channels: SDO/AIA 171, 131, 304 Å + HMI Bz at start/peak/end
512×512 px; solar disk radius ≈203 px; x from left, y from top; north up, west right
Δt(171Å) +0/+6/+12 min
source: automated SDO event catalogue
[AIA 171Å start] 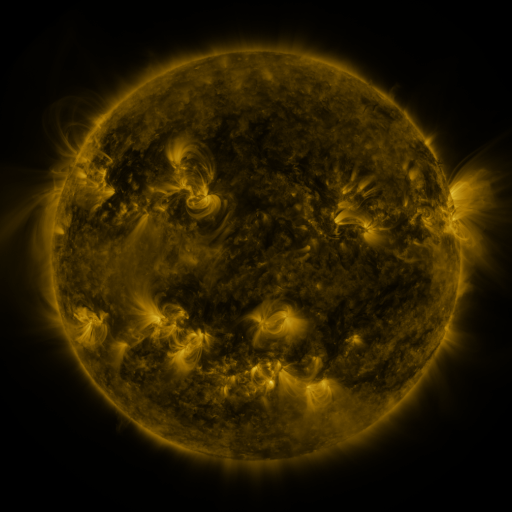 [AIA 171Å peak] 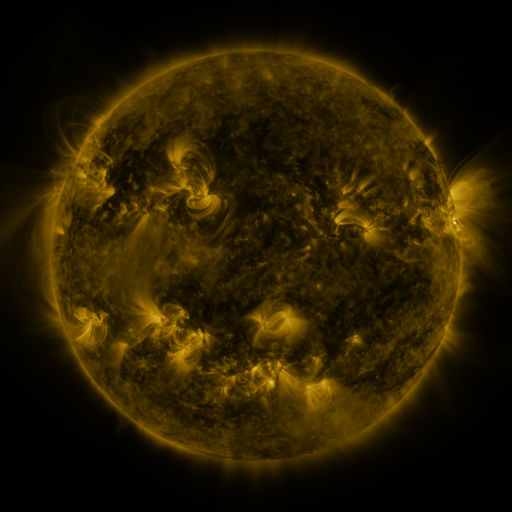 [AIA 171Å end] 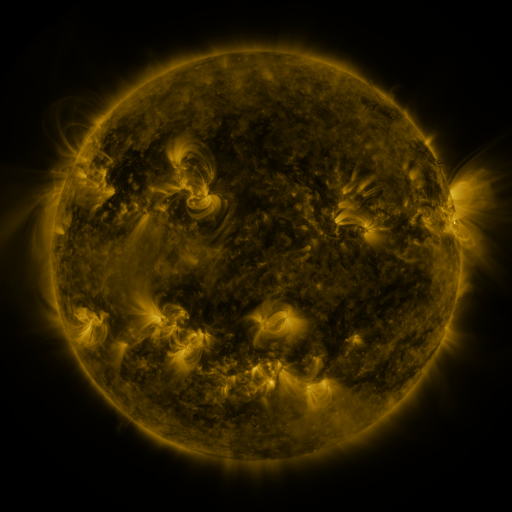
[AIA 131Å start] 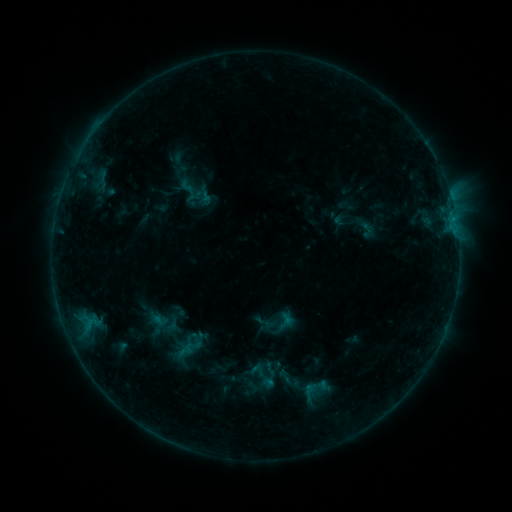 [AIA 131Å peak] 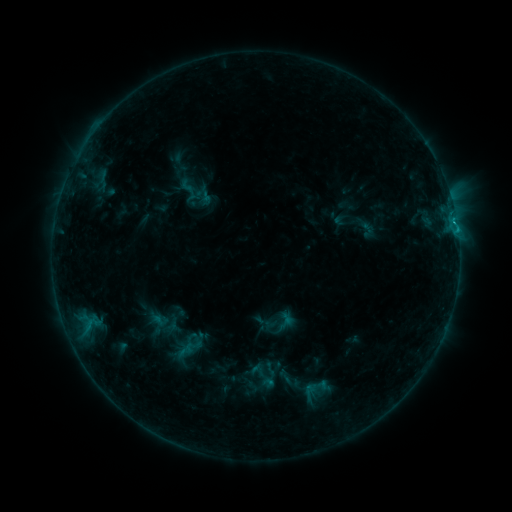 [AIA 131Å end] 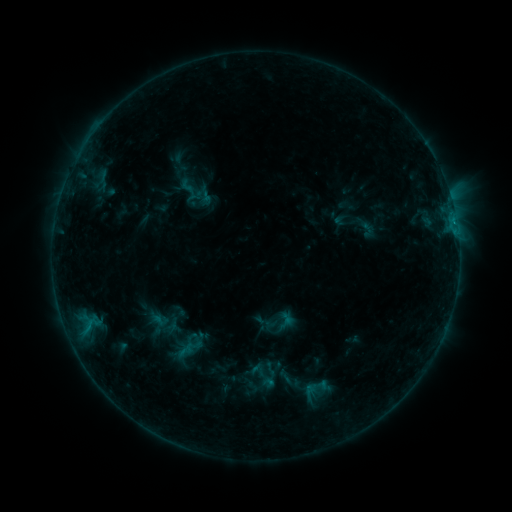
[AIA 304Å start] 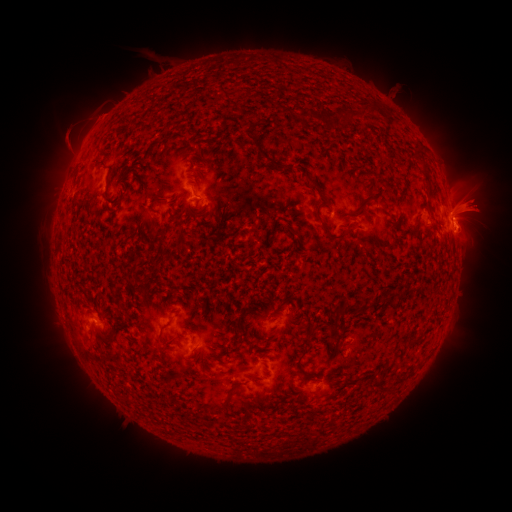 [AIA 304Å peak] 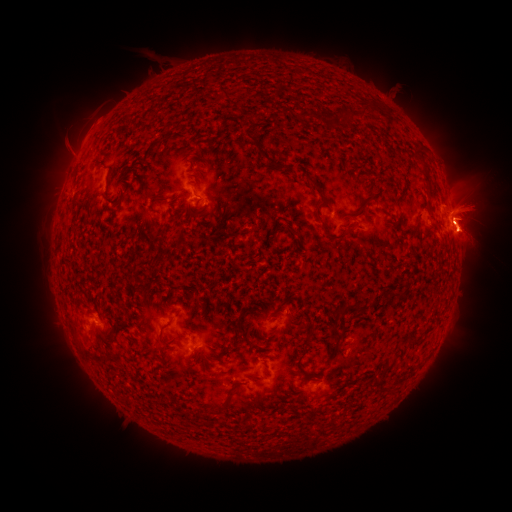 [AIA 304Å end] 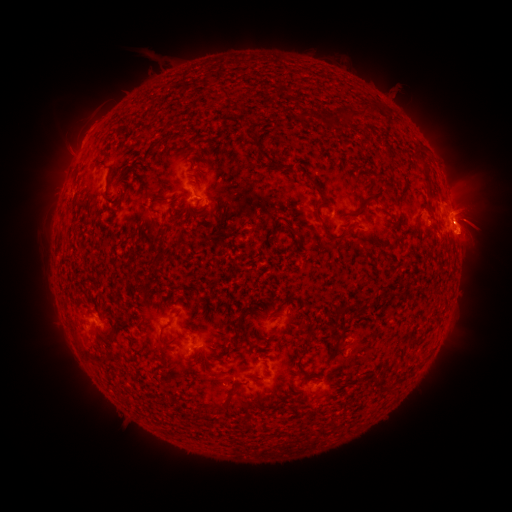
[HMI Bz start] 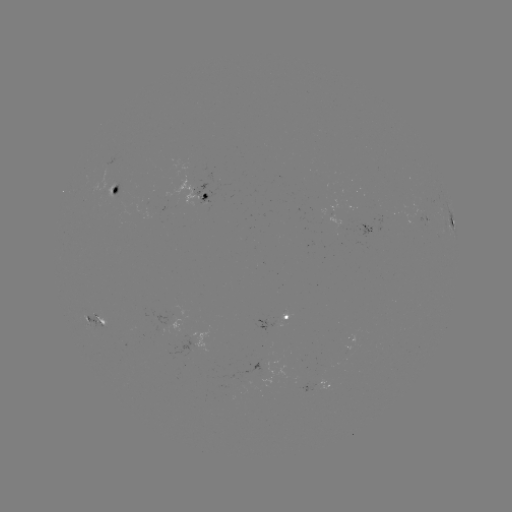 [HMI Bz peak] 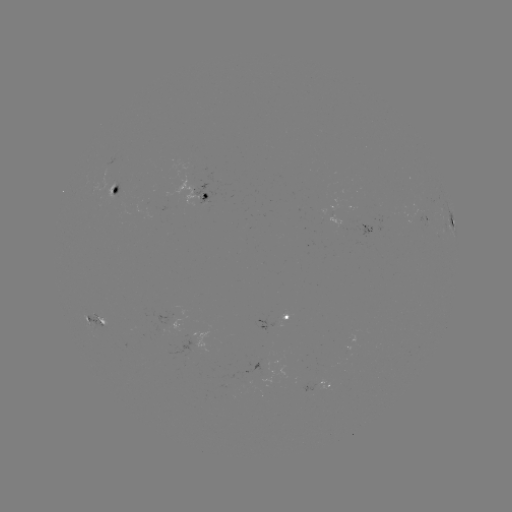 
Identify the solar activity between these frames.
eruption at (471, 219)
